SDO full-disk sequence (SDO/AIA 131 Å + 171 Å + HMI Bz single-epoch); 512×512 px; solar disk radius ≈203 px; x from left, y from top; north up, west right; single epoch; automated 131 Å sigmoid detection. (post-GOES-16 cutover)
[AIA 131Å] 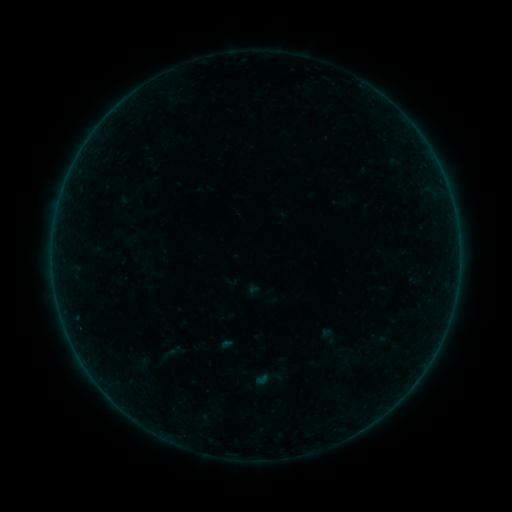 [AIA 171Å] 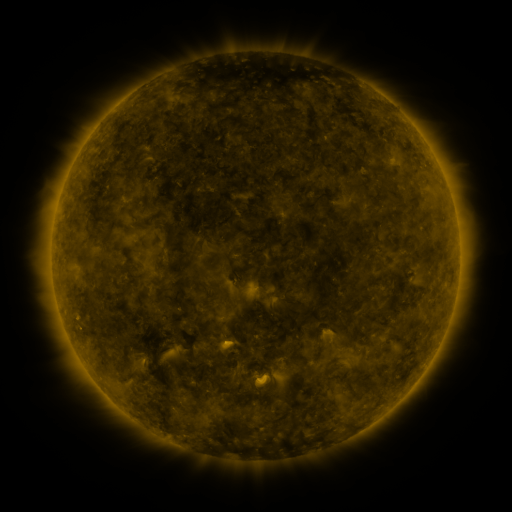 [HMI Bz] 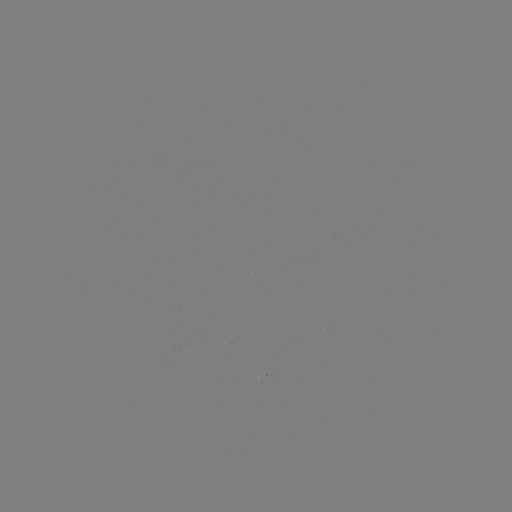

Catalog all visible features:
sigmoid: <bbox>320, 326, 339, 345</bbox>
sigmoid: <bbox>151, 345, 180, 366</bbox>
